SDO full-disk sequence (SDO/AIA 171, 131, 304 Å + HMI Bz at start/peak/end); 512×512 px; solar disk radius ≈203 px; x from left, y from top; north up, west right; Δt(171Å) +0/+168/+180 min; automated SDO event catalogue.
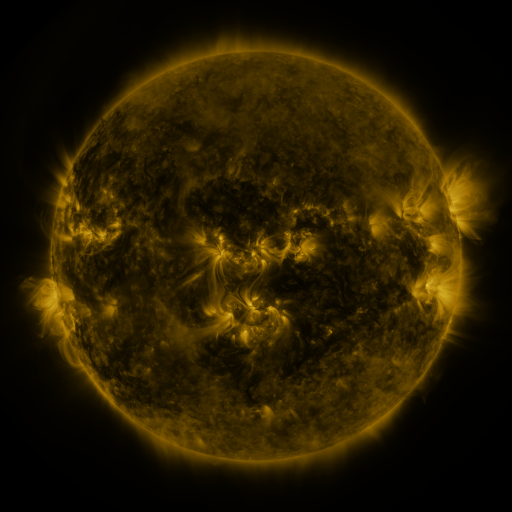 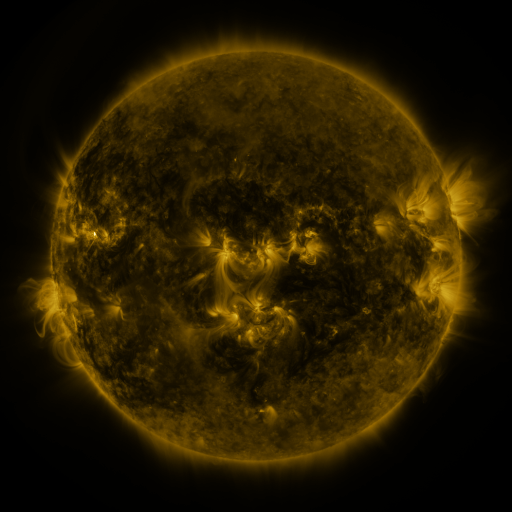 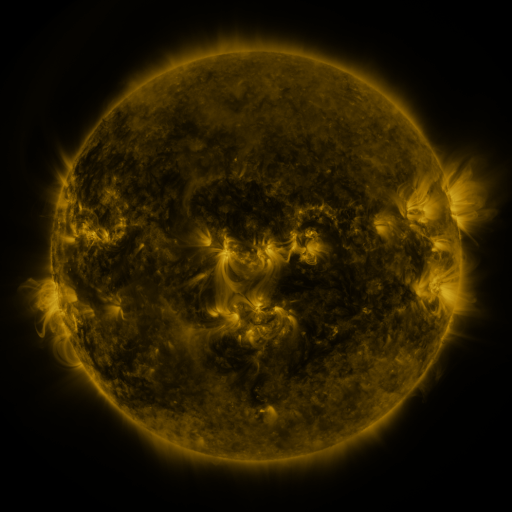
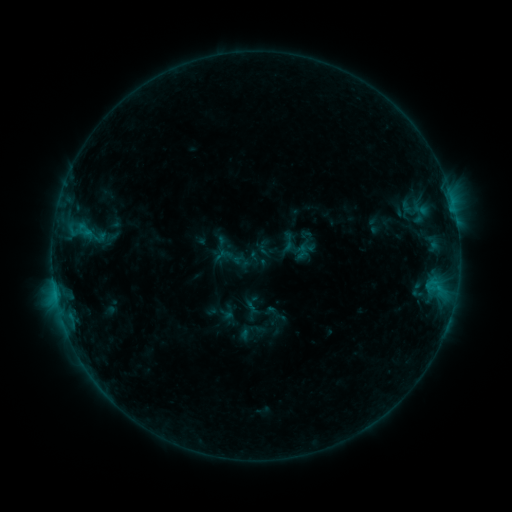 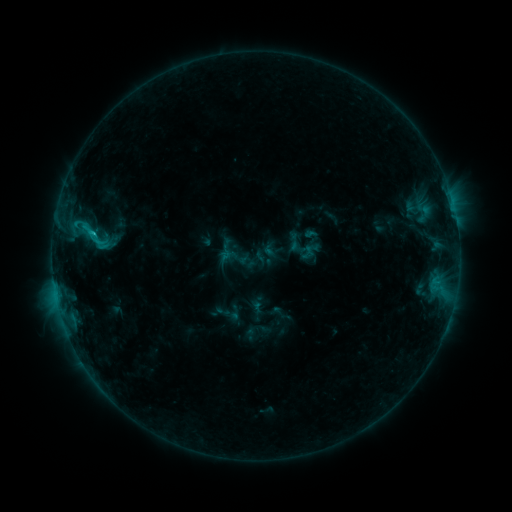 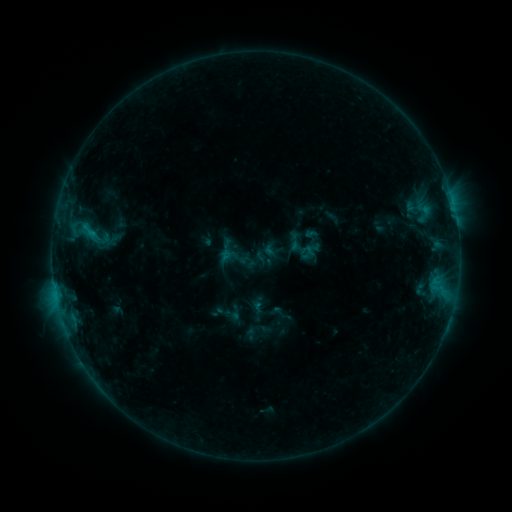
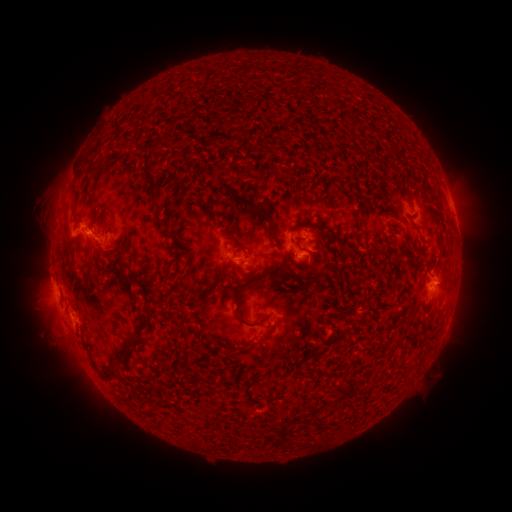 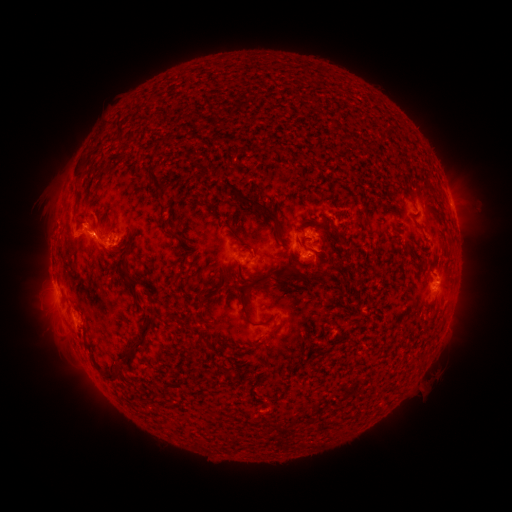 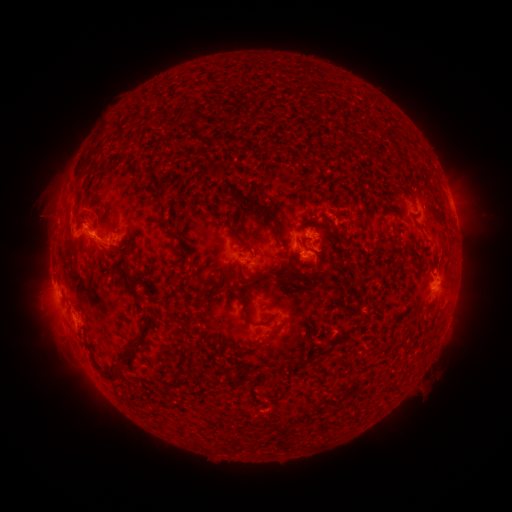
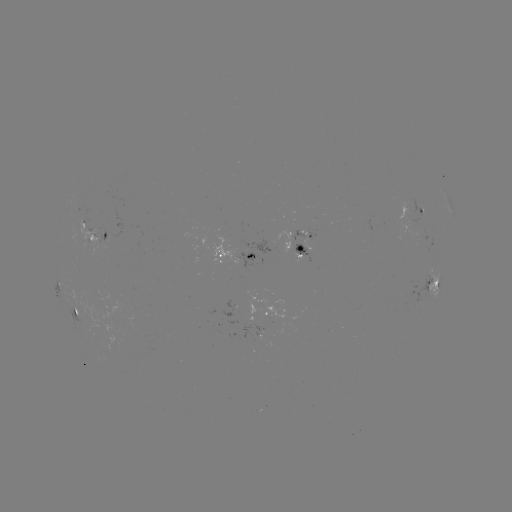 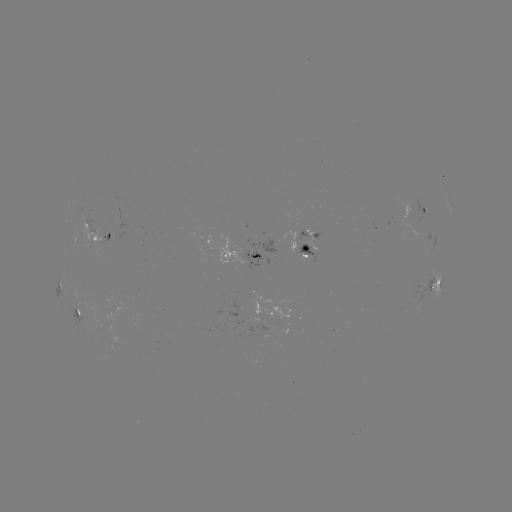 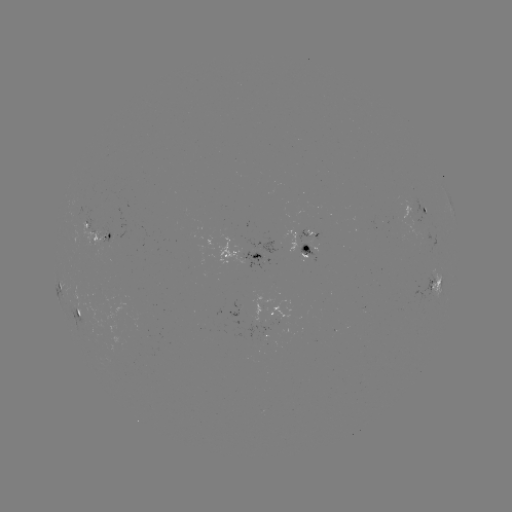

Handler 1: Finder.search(emerging-flux region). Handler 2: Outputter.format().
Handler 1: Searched emerging-flux region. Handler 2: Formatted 408,209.